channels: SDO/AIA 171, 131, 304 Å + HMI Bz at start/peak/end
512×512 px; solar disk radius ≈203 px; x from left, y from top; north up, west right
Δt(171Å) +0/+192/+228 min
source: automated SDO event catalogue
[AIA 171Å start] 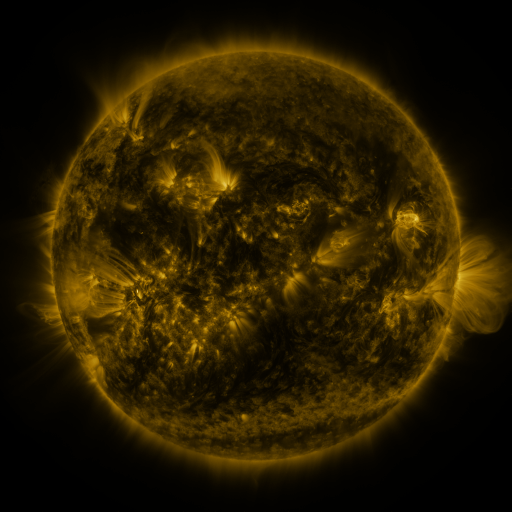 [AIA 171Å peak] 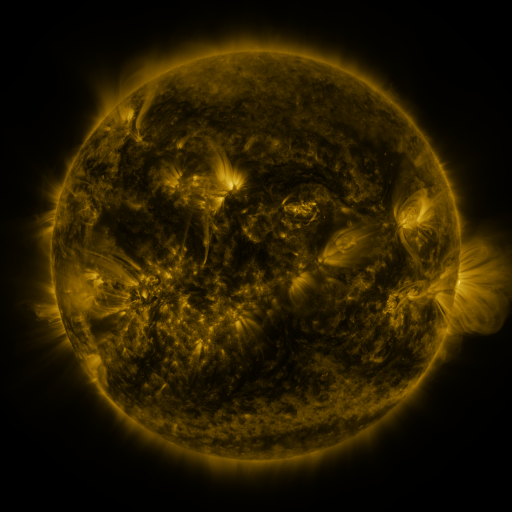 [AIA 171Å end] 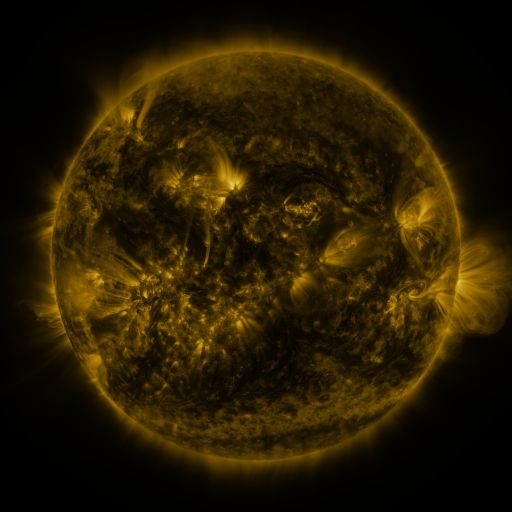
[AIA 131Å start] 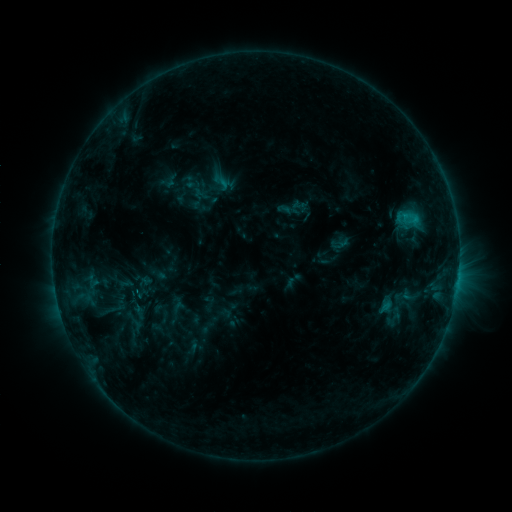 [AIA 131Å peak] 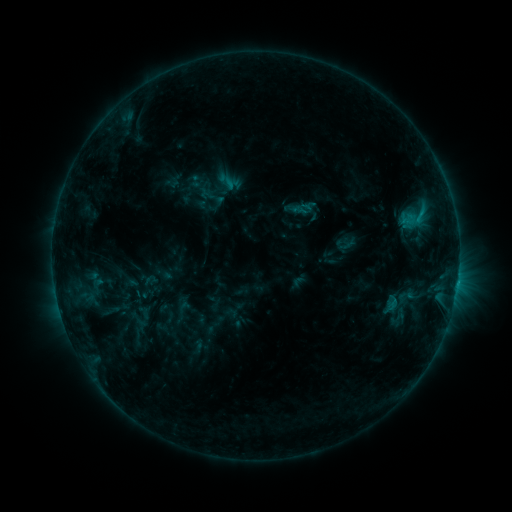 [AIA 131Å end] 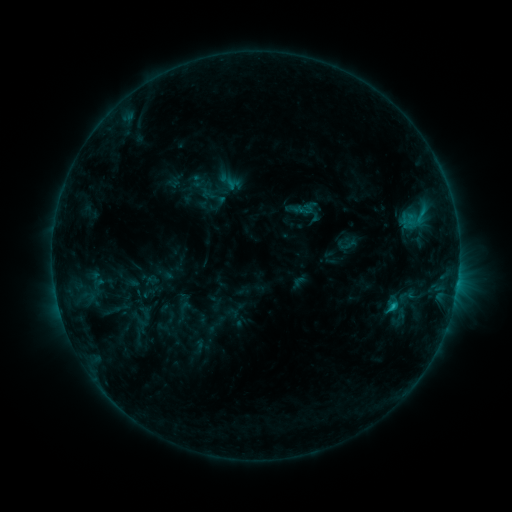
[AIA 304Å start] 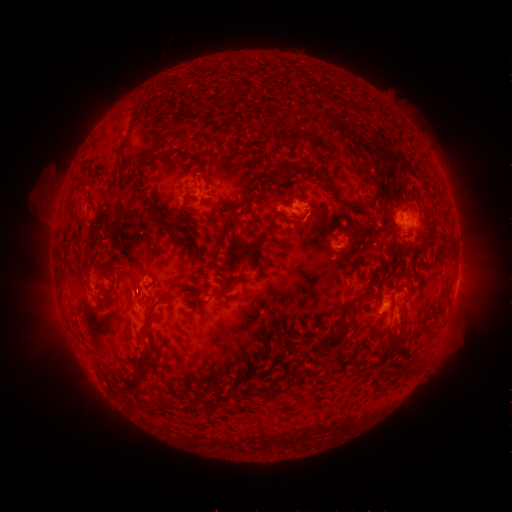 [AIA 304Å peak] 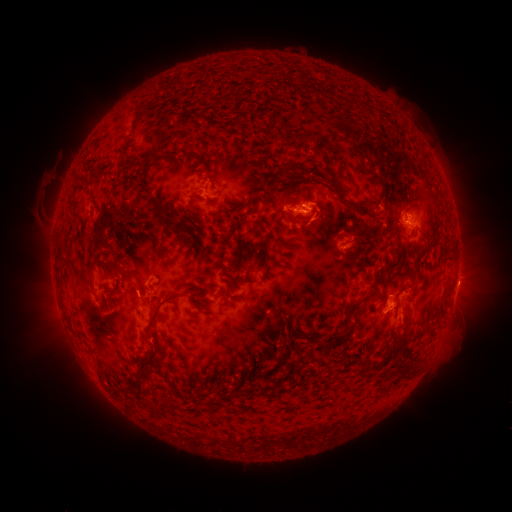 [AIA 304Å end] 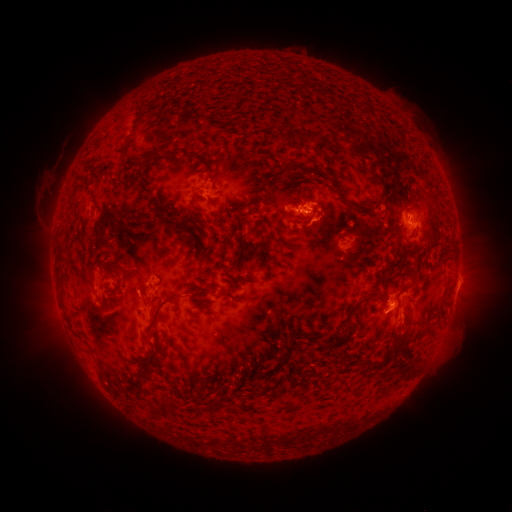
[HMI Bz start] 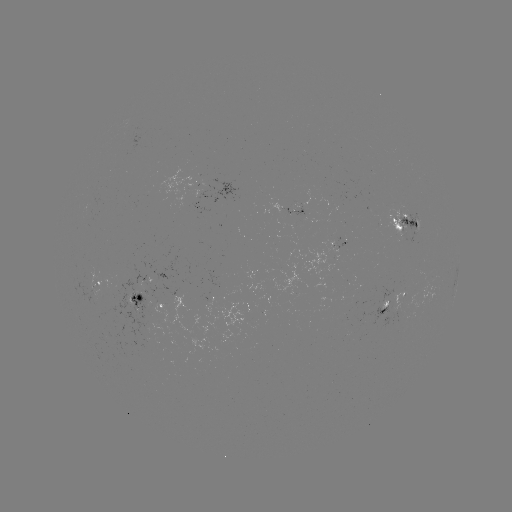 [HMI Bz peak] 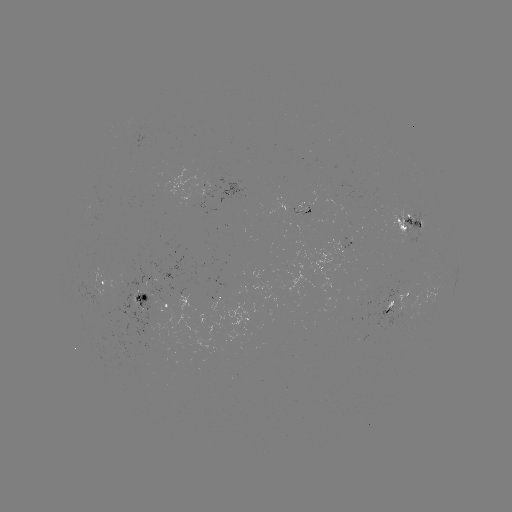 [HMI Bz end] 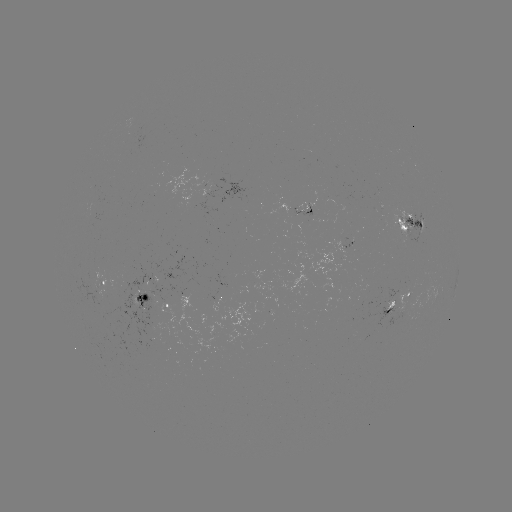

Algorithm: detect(emerging-flux region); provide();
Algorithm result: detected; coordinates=(296, 217)